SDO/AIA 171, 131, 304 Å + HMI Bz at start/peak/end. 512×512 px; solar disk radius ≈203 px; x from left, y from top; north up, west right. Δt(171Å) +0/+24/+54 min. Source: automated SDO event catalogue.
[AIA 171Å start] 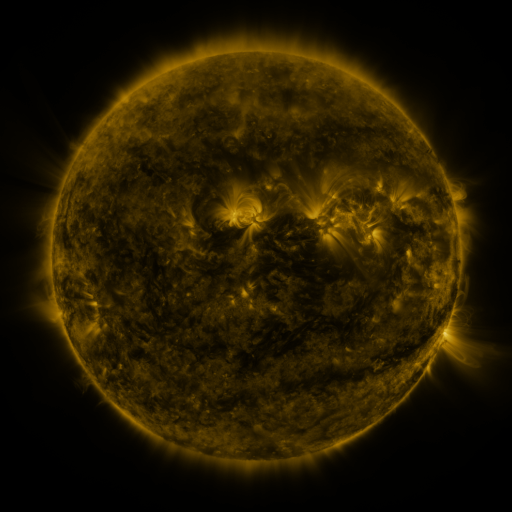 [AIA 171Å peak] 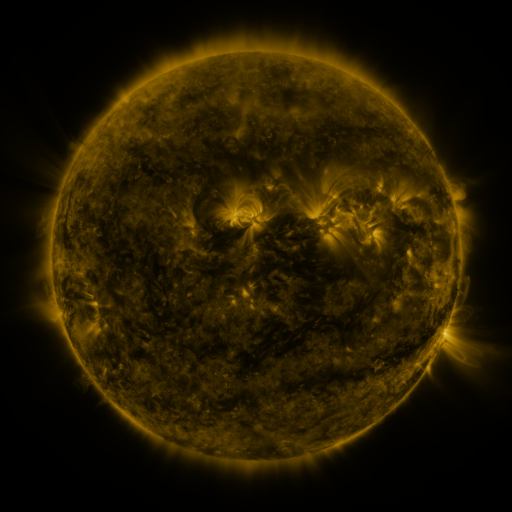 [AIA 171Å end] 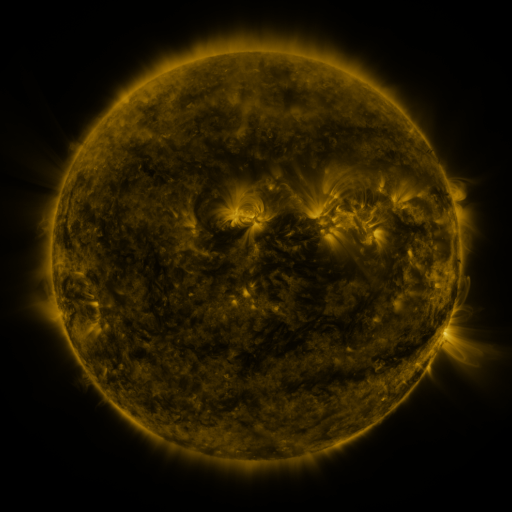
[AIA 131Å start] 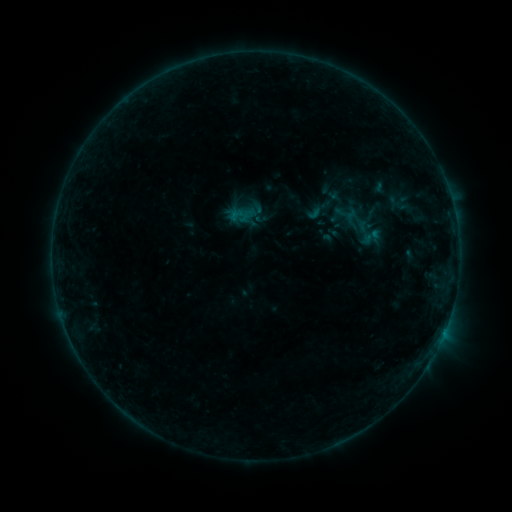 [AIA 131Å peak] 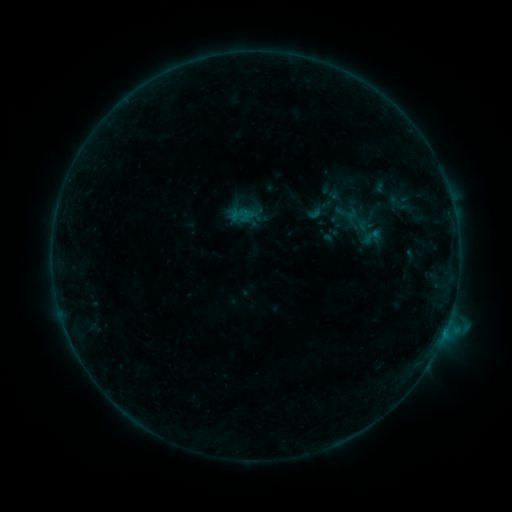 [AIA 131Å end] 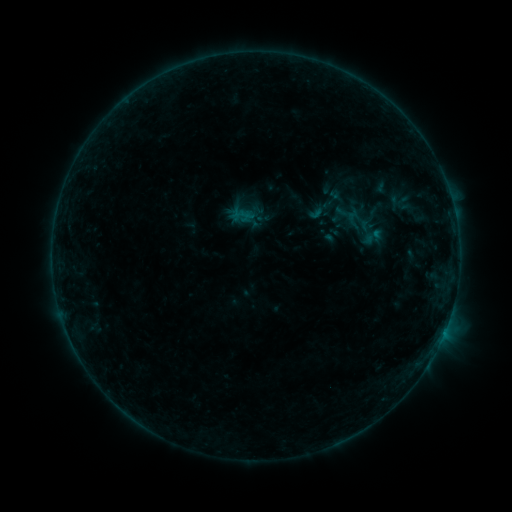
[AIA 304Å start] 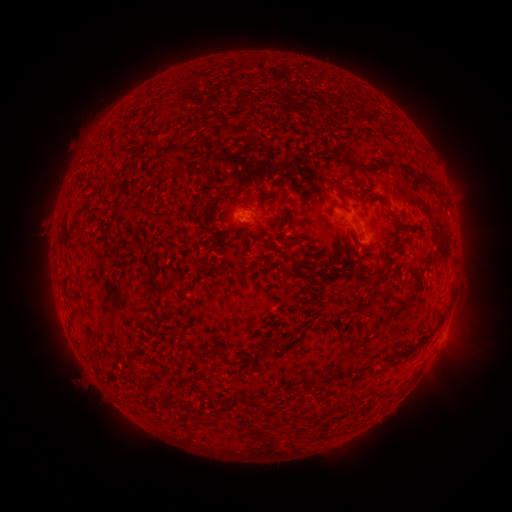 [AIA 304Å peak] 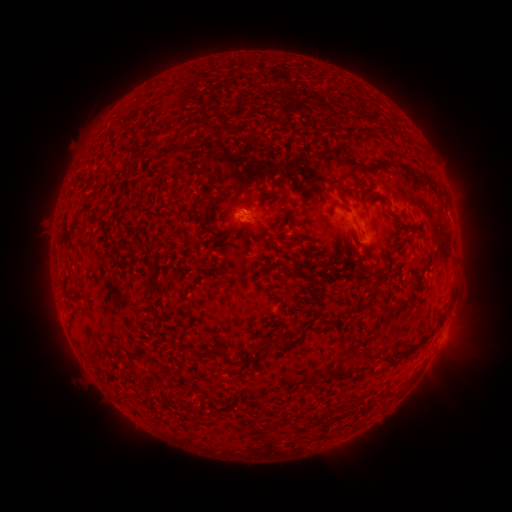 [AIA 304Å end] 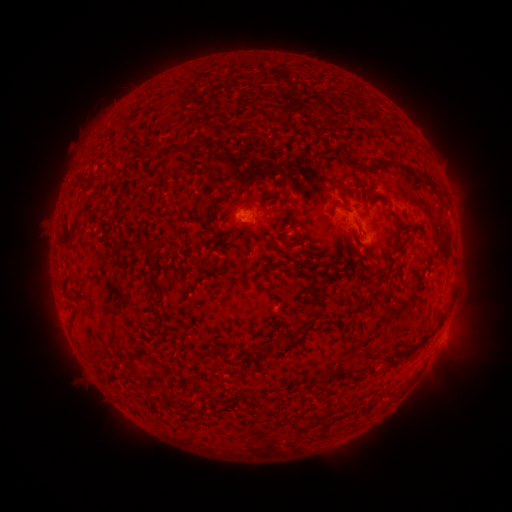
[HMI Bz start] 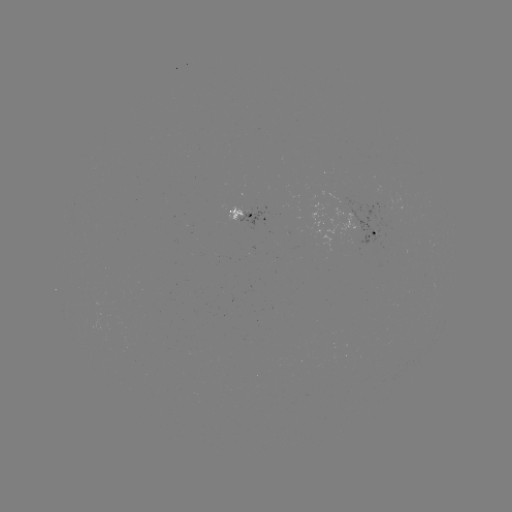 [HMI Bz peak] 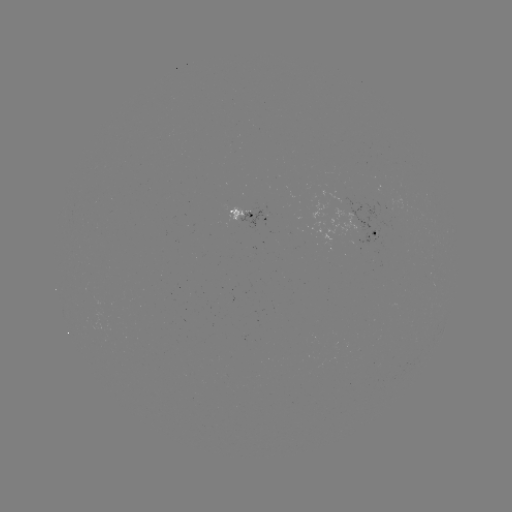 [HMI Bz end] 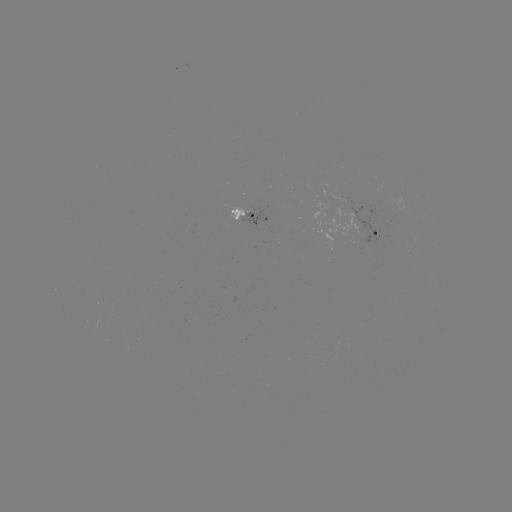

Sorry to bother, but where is B5.3 flare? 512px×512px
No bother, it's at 252,216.